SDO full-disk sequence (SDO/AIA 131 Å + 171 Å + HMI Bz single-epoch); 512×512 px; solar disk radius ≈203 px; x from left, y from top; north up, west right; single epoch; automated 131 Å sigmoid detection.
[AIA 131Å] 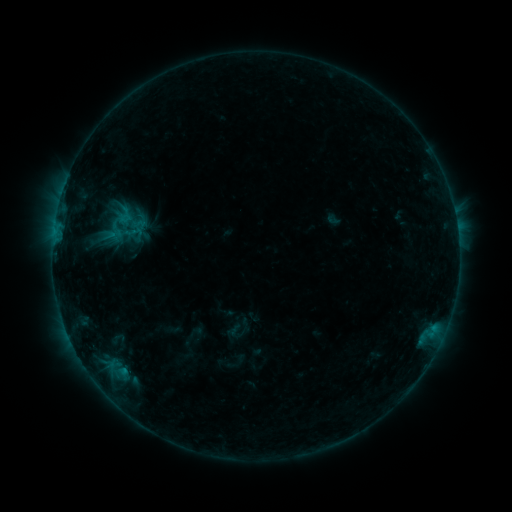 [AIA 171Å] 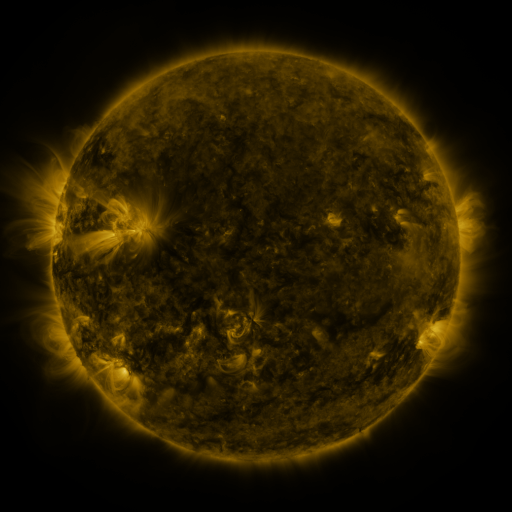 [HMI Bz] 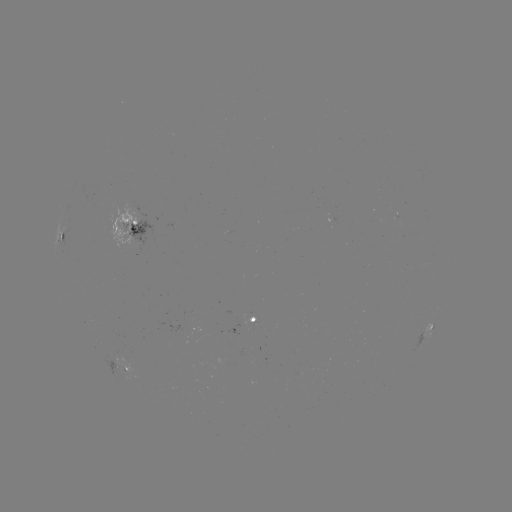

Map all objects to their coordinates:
sigmoid: [114, 196, 149, 237]
